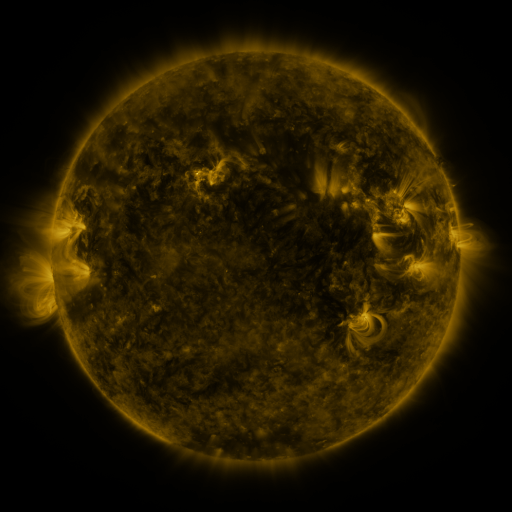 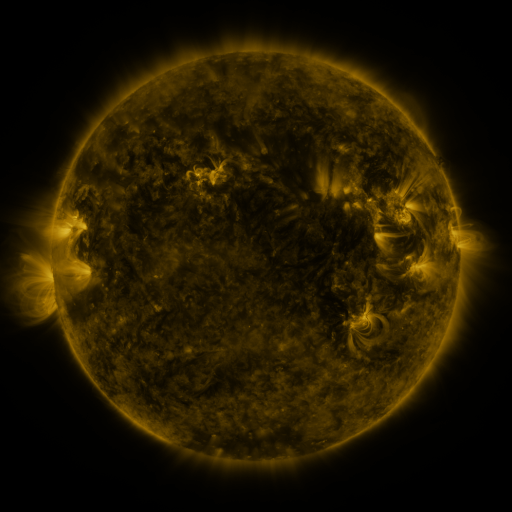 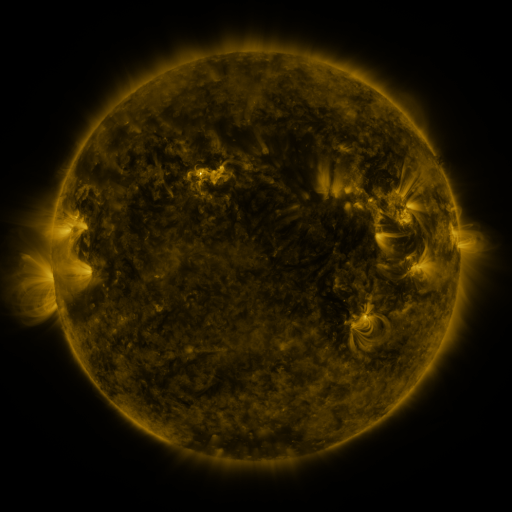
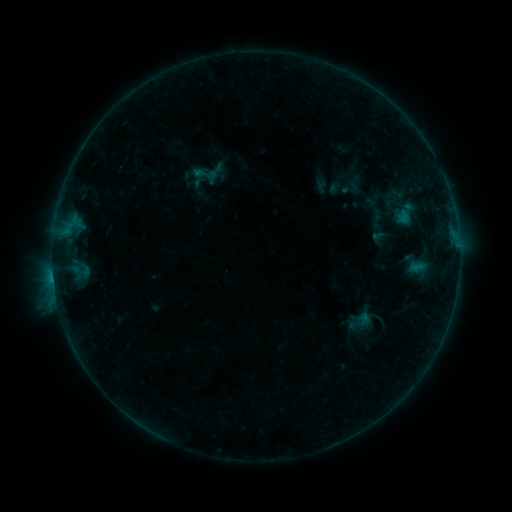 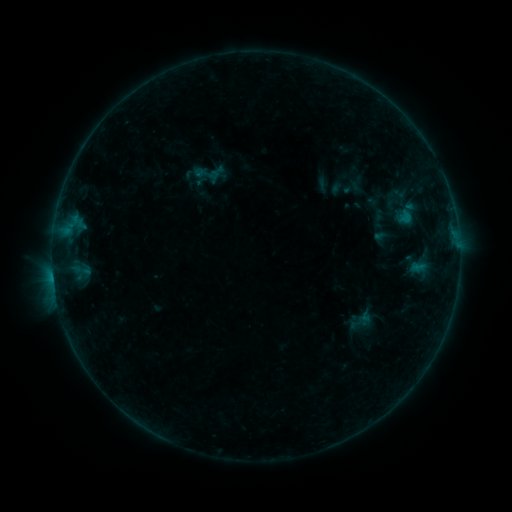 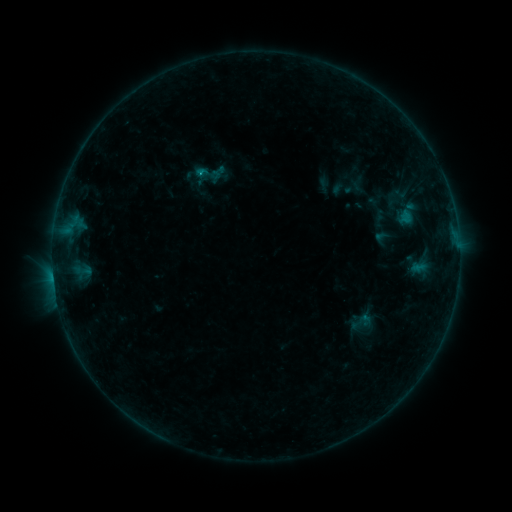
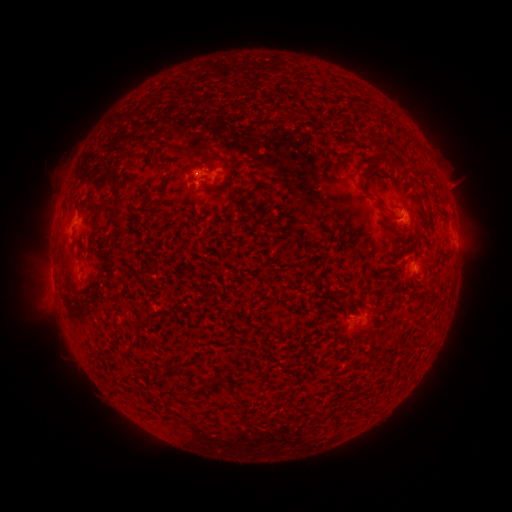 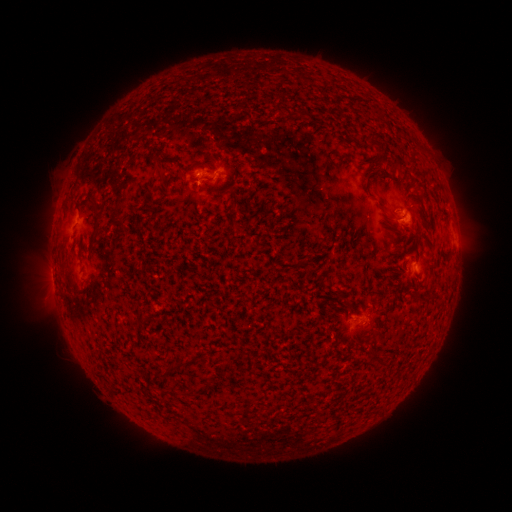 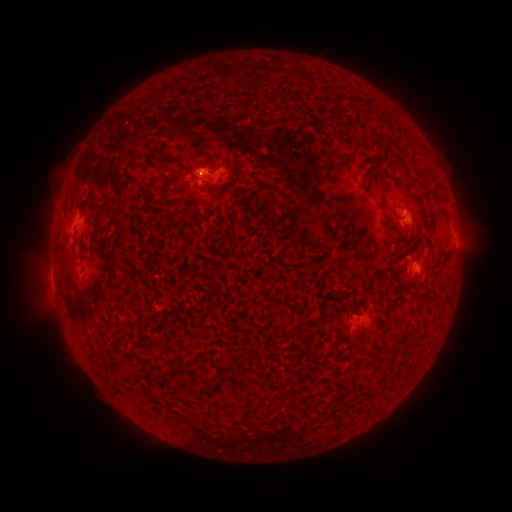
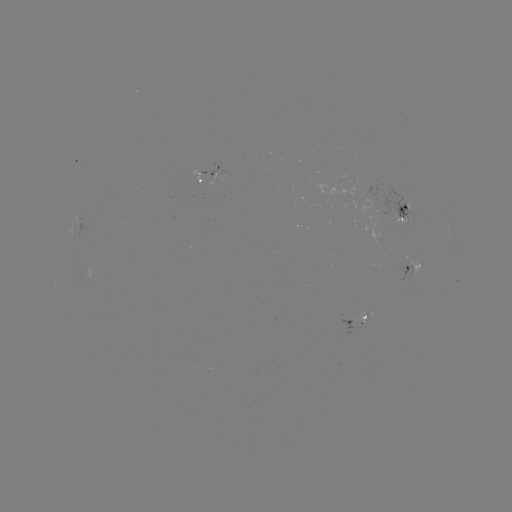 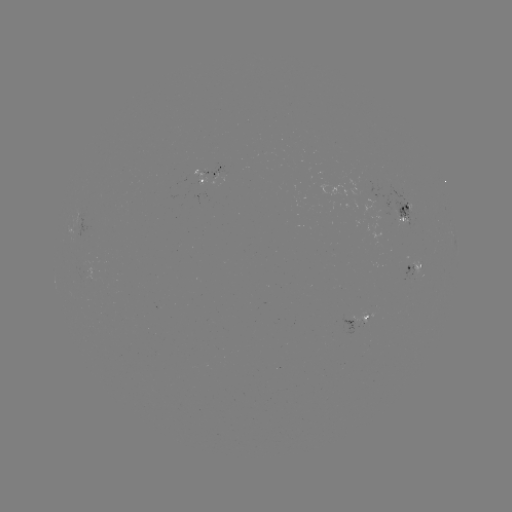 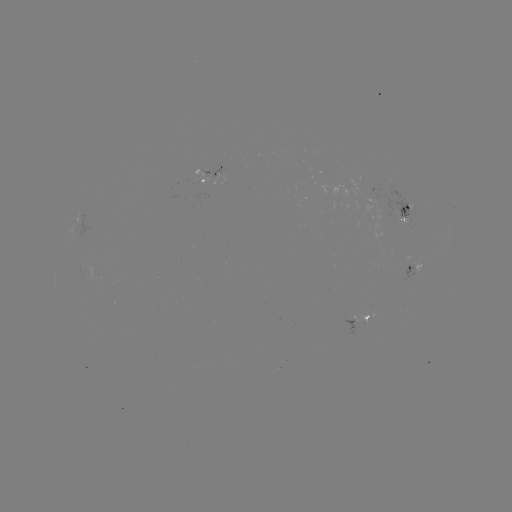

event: emerging-flux region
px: (398, 210)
